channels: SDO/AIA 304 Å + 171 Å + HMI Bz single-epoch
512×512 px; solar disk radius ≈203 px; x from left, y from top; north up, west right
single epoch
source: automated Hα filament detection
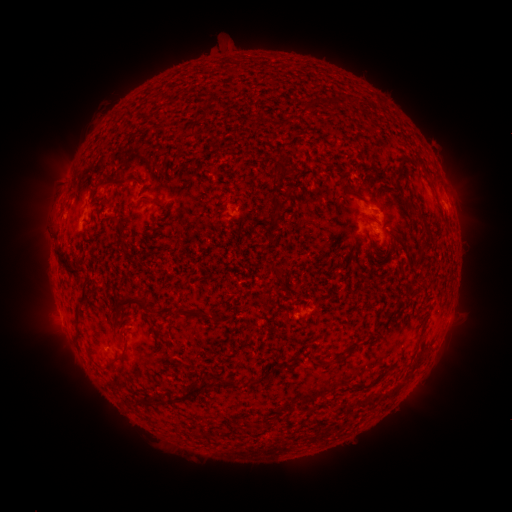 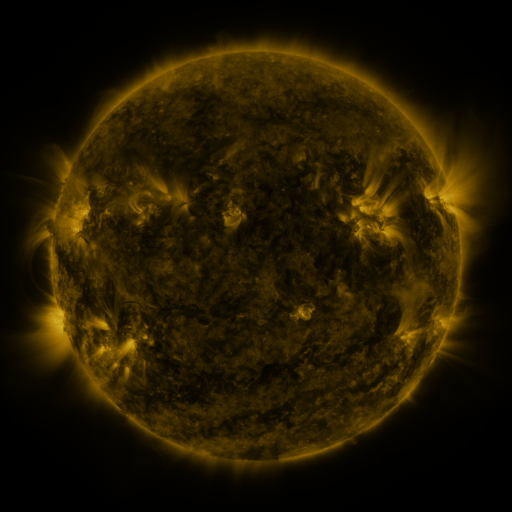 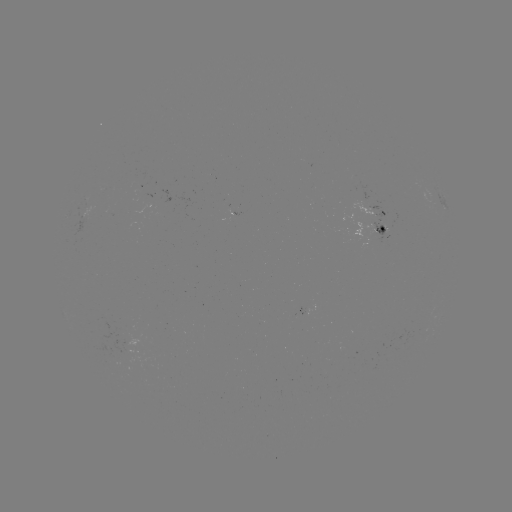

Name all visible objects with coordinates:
filament: (173, 100)
filament: (337, 100)
filament: (285, 171)
filament: (113, 181)
filament: (348, 193)
filament: (276, 205)
filament: (421, 220)
filament: (382, 230)
filament: (67, 264)
filament: (273, 268)
filament: (84, 292)
filament: (134, 300)
filament: (265, 304)
filament: (215, 318)
filament: (78, 320)
filament: (121, 355)
filament: (341, 359)
filament: (219, 382)
filament: (168, 393)
filament: (144, 397)
filament: (176, 397)
filament: (245, 424)
